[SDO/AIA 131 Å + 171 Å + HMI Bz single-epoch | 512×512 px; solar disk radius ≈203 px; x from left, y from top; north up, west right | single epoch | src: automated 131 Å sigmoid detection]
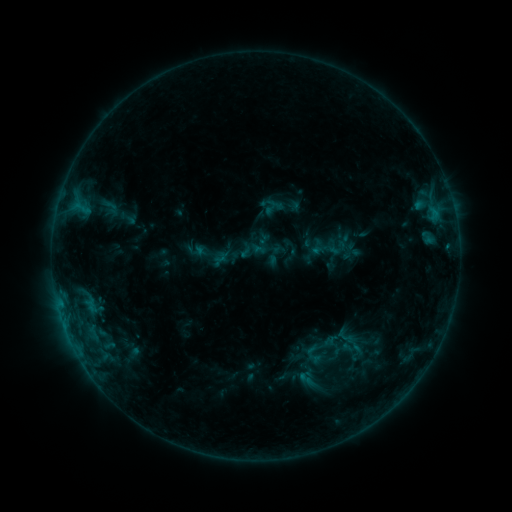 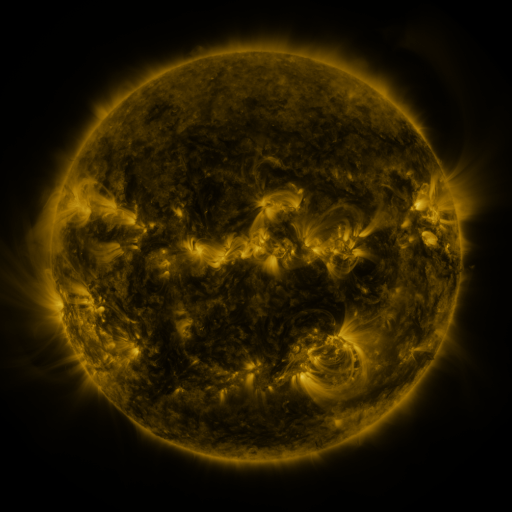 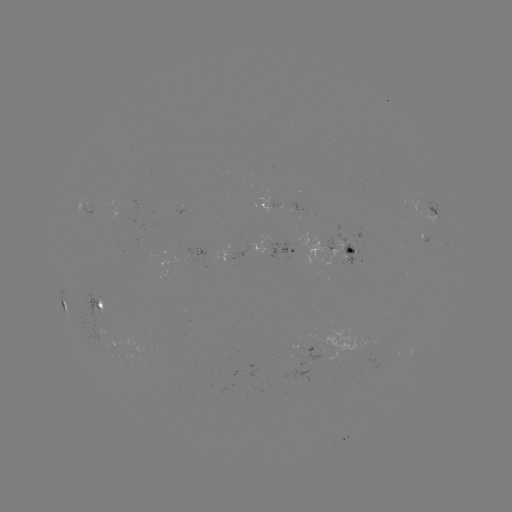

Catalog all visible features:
sigmoid: (101, 196, 119, 217)
sigmoid: (300, 328, 341, 369)
